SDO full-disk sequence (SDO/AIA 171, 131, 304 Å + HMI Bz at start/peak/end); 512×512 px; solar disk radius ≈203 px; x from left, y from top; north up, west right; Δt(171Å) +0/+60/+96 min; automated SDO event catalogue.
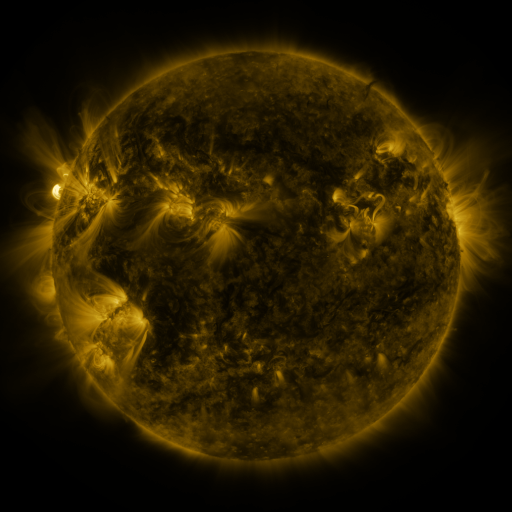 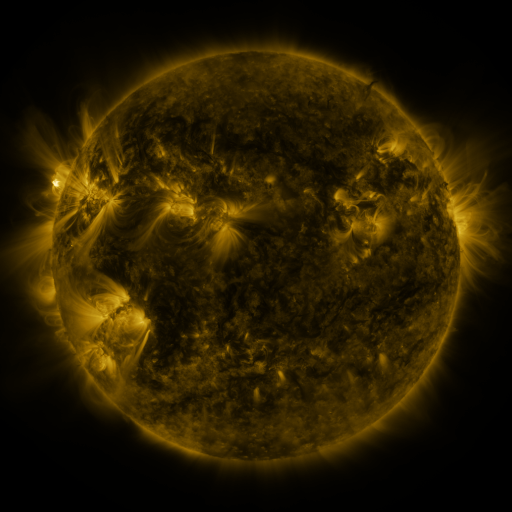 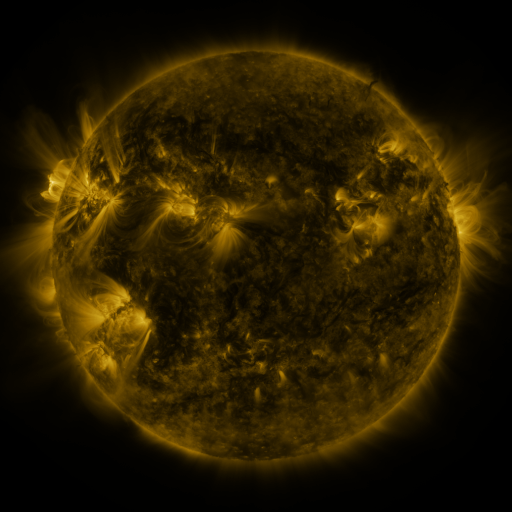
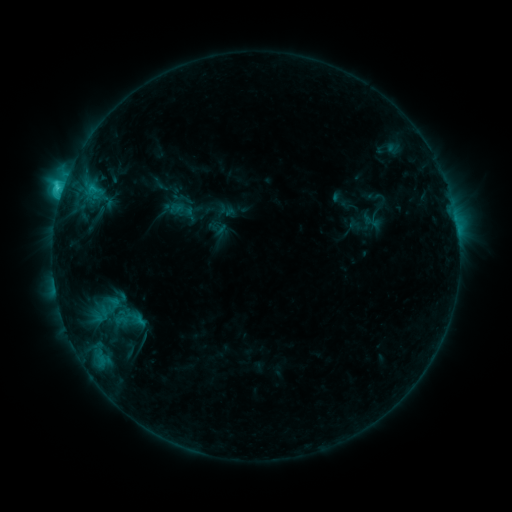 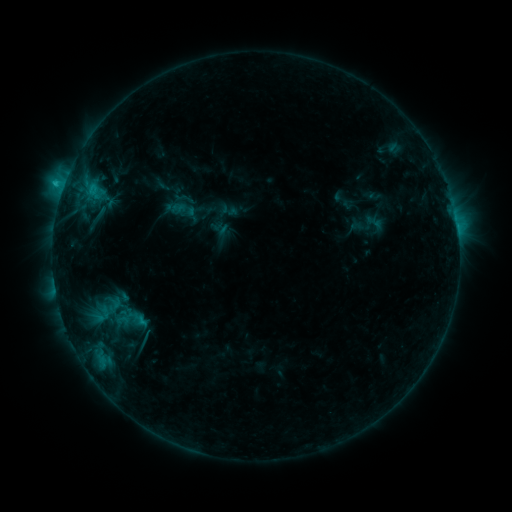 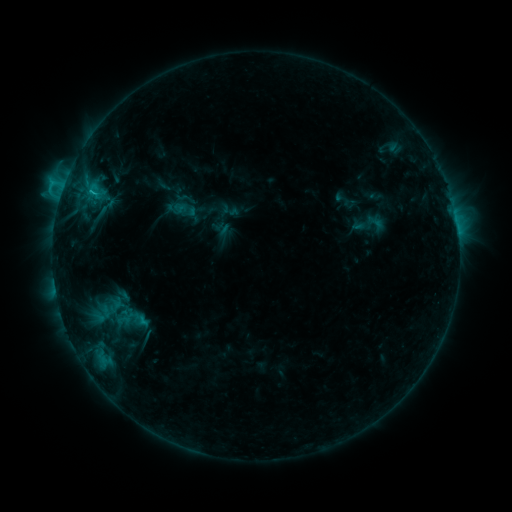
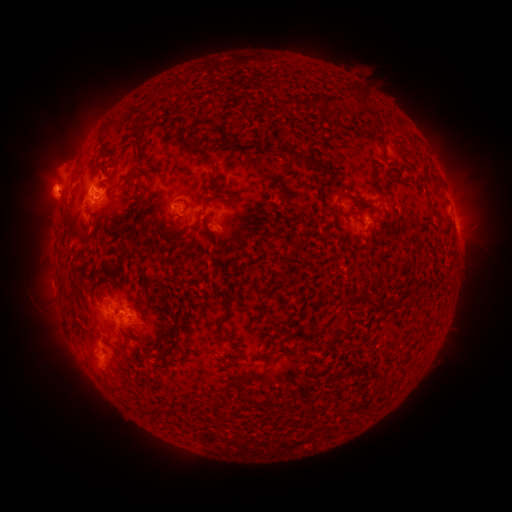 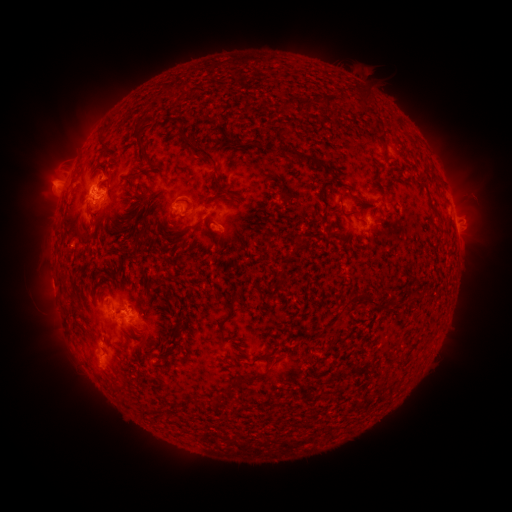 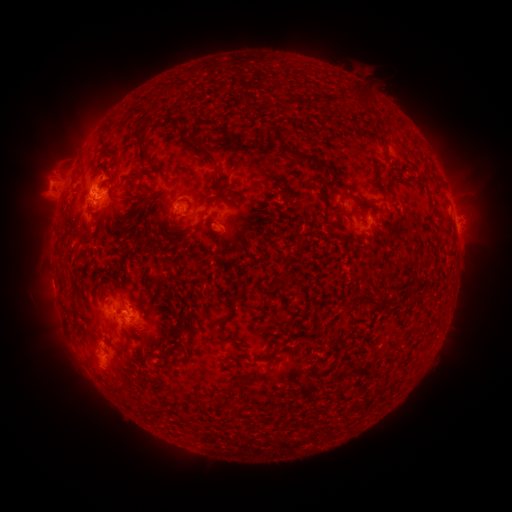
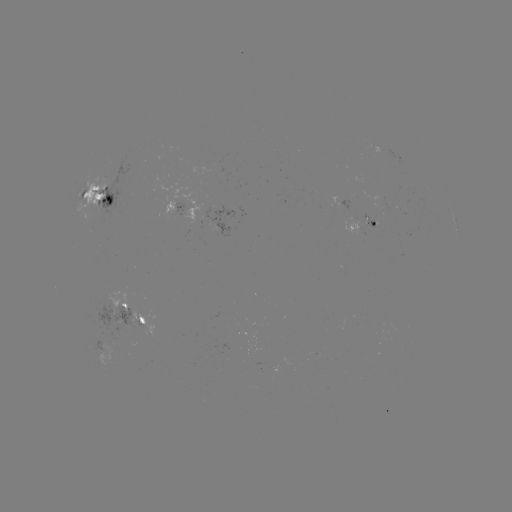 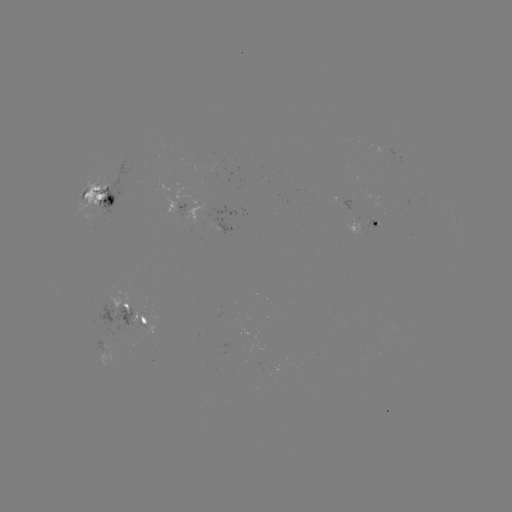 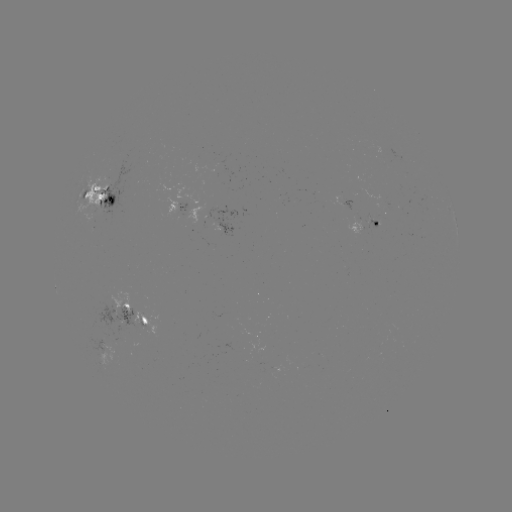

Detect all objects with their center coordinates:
emerging-flux region: (356, 222)
